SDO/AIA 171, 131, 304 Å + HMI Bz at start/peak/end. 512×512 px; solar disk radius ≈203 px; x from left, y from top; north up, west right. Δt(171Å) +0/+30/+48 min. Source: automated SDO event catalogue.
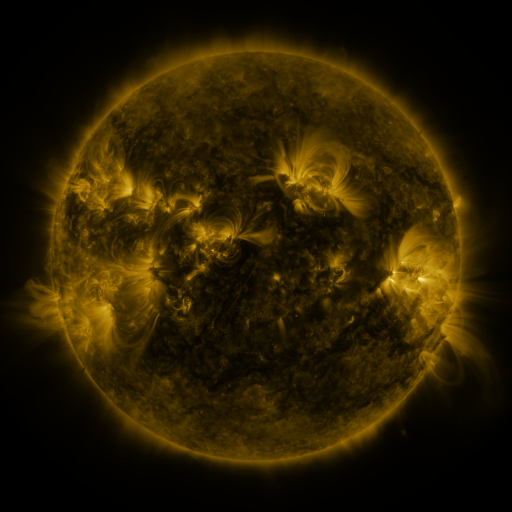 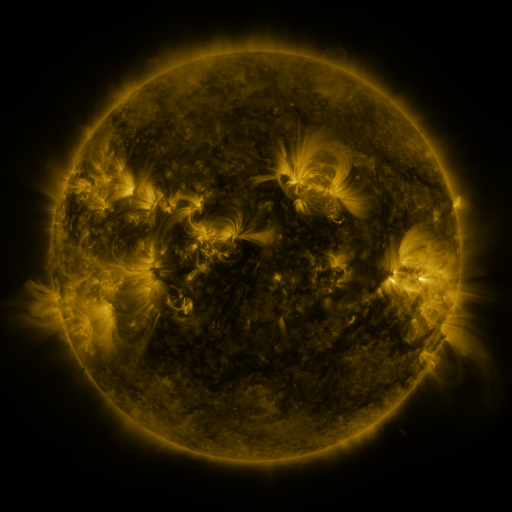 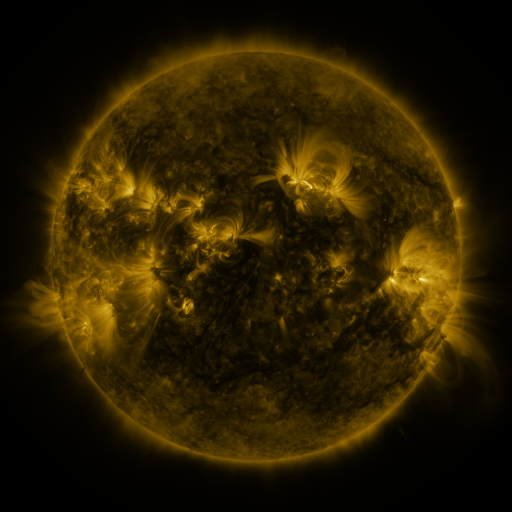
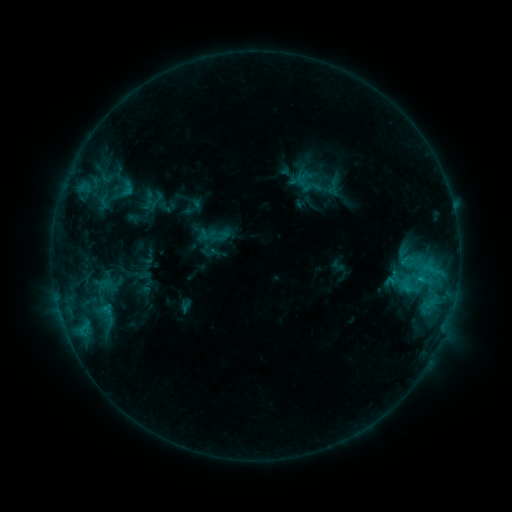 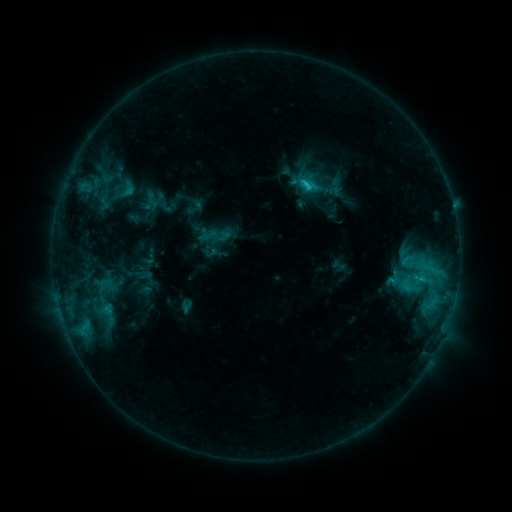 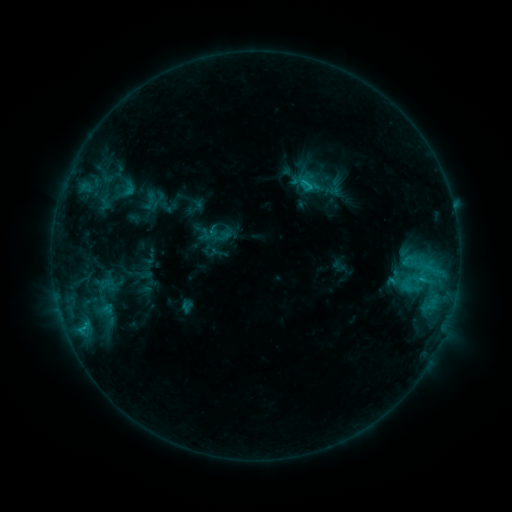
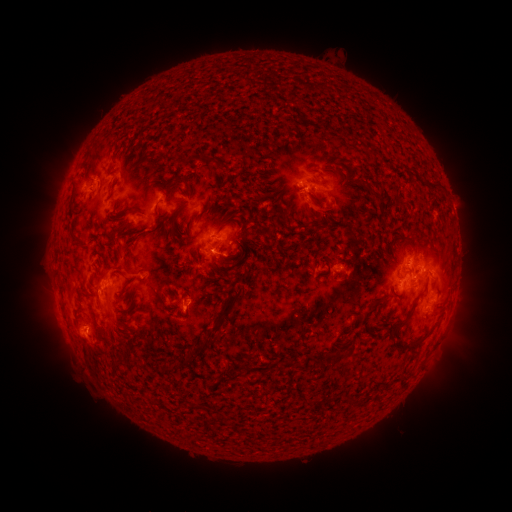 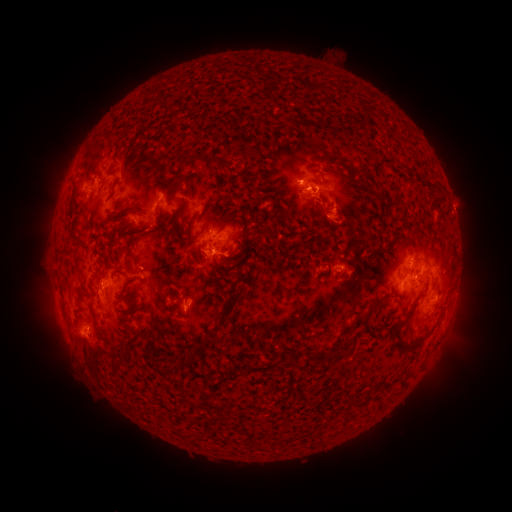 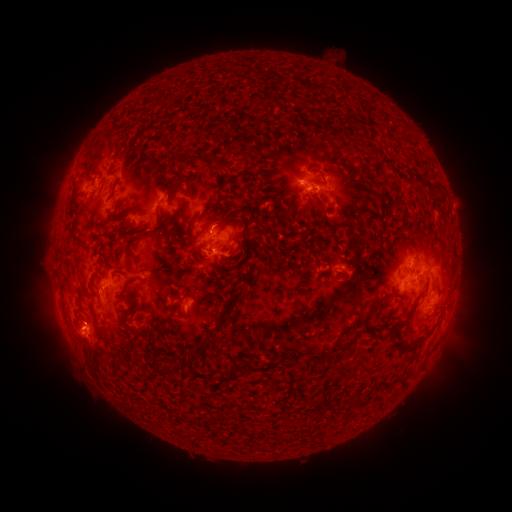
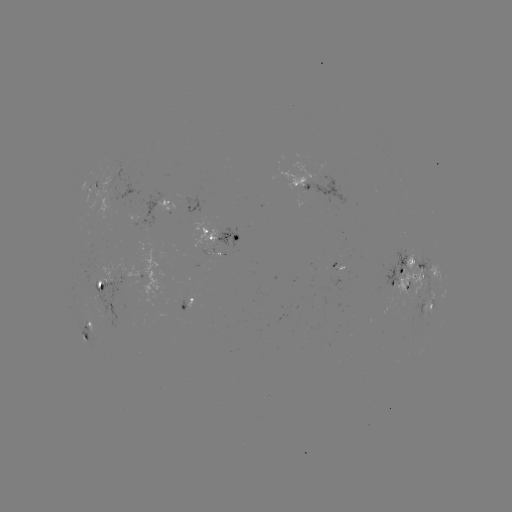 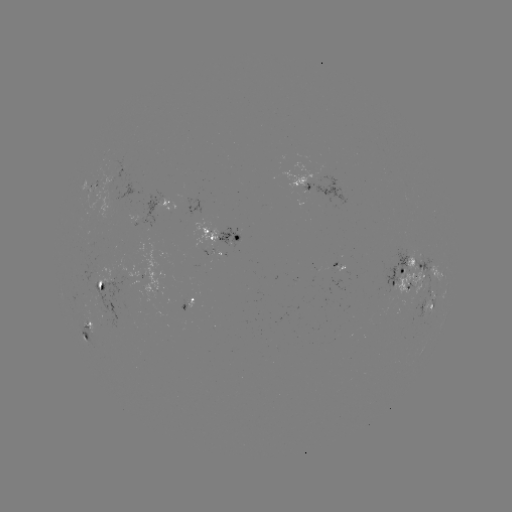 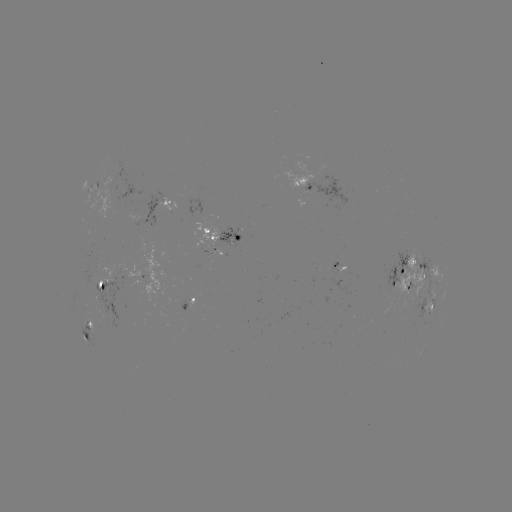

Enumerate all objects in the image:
C2.0 flare: (304, 186)
